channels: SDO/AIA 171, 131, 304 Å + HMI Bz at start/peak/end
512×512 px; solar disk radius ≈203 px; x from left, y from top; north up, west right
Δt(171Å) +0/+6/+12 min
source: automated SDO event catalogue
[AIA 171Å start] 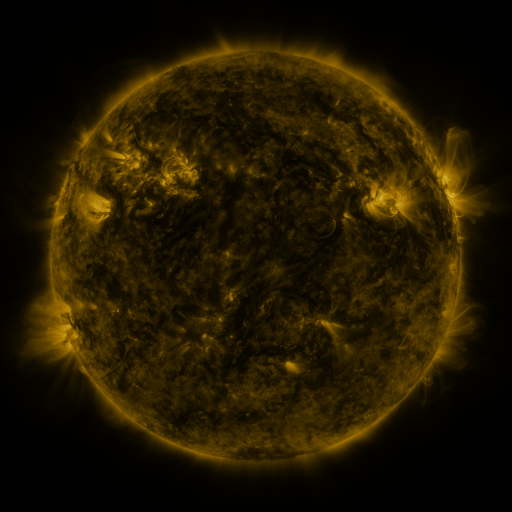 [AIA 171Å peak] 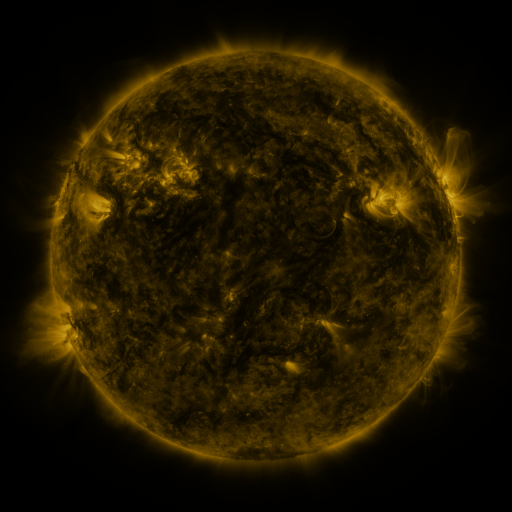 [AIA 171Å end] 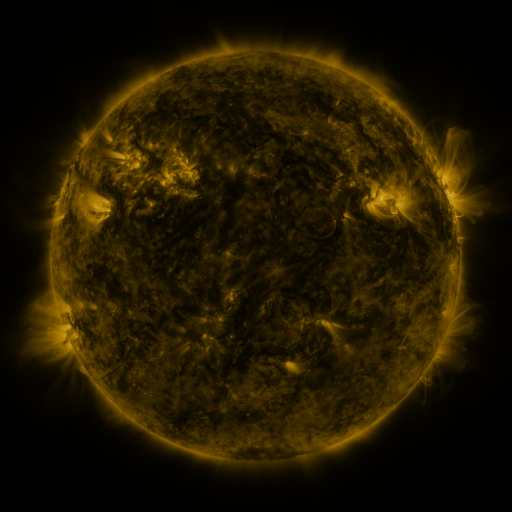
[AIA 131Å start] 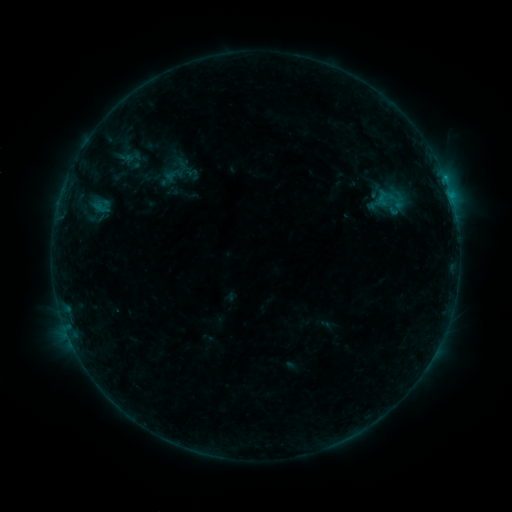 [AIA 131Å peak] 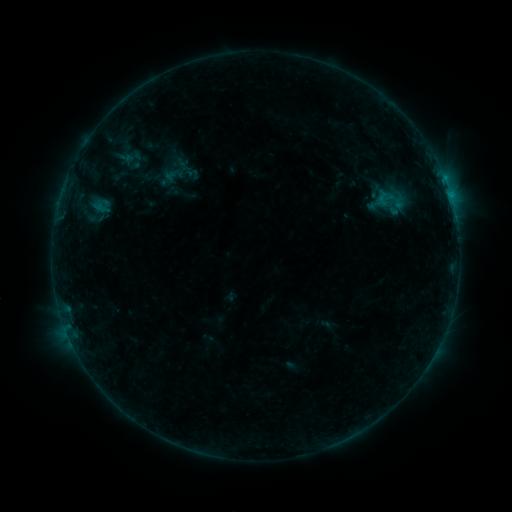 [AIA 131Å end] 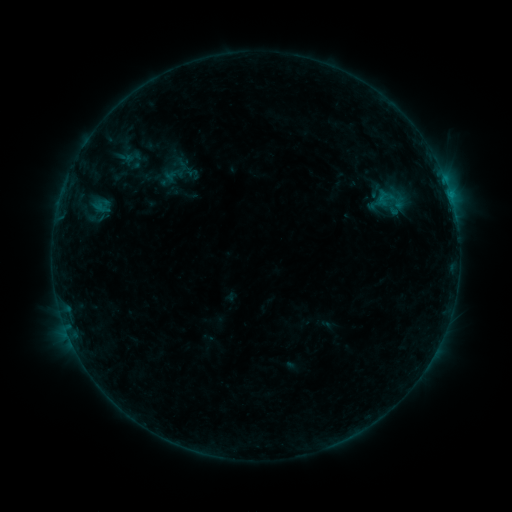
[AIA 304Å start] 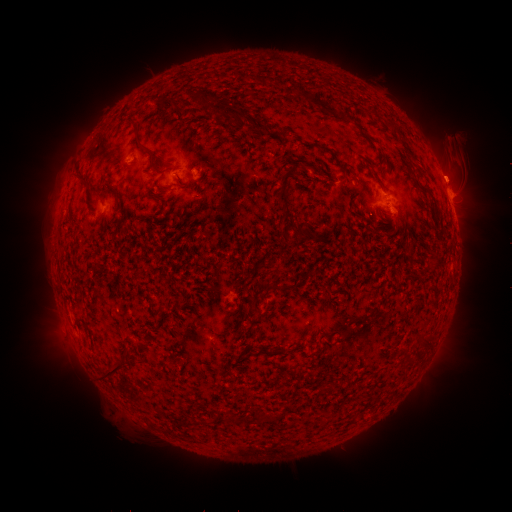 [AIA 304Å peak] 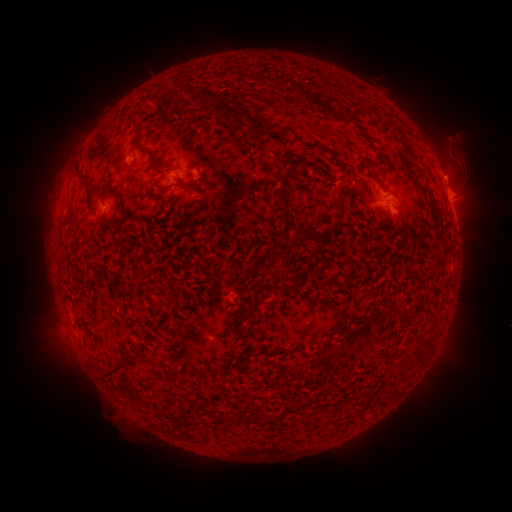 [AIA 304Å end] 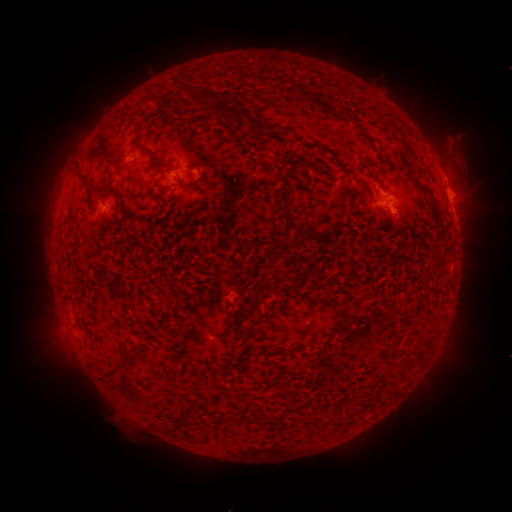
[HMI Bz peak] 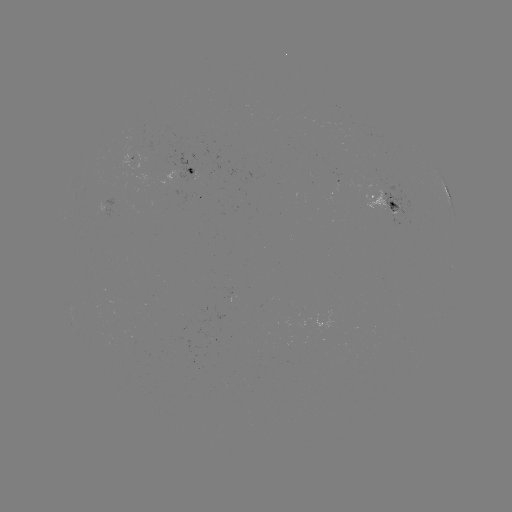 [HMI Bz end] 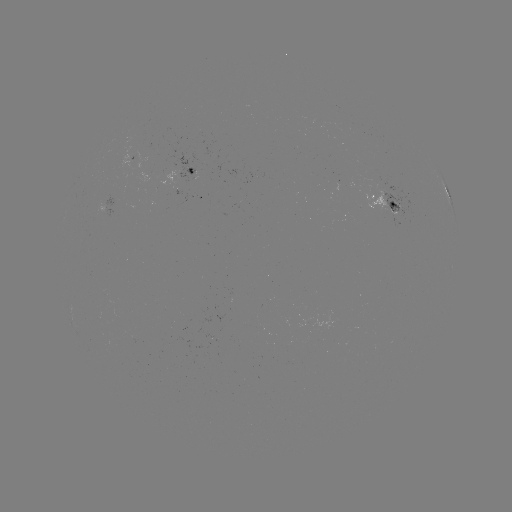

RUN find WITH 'eruption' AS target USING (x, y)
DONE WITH (455, 173) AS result